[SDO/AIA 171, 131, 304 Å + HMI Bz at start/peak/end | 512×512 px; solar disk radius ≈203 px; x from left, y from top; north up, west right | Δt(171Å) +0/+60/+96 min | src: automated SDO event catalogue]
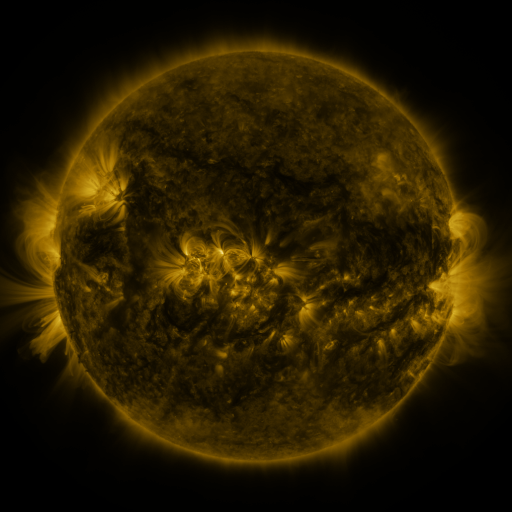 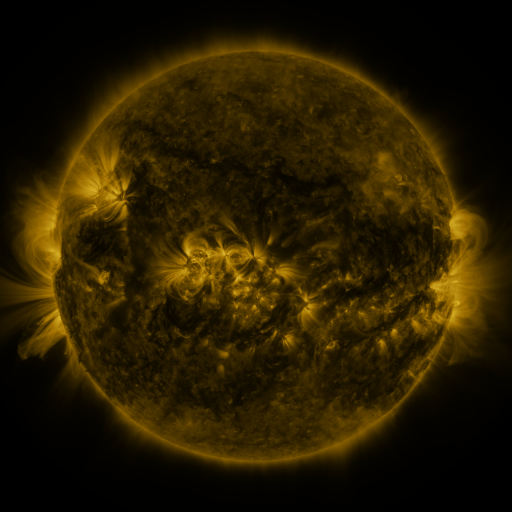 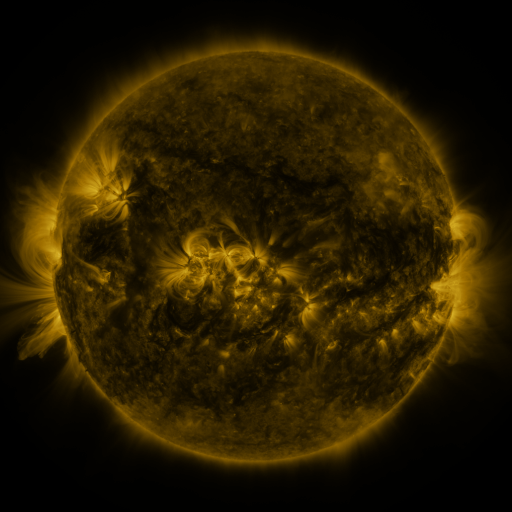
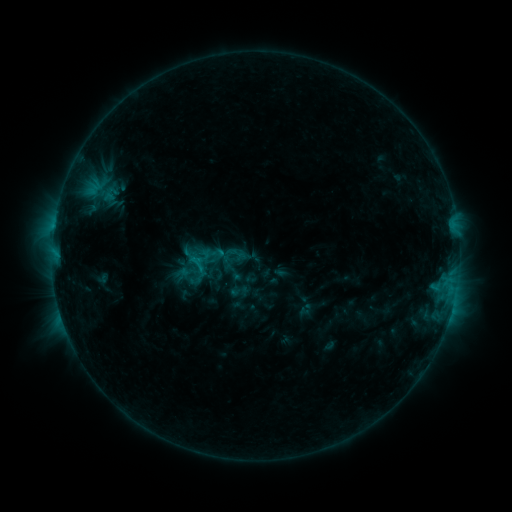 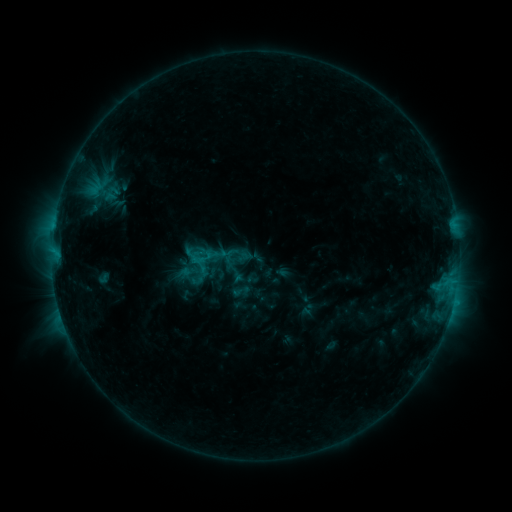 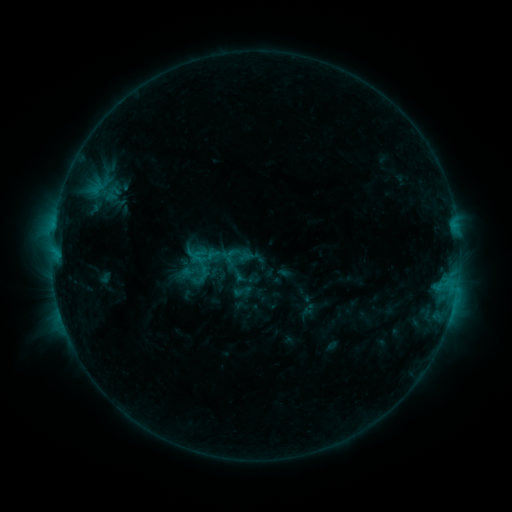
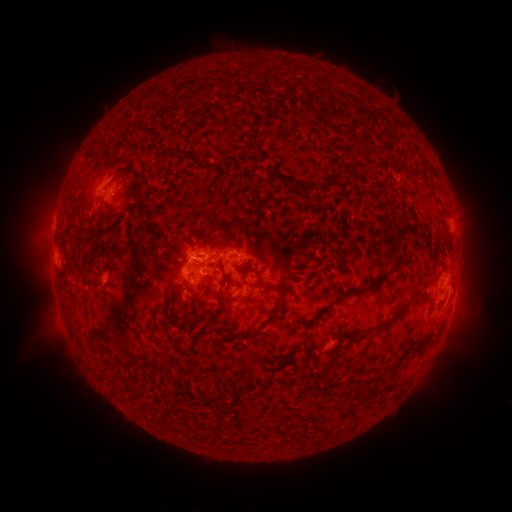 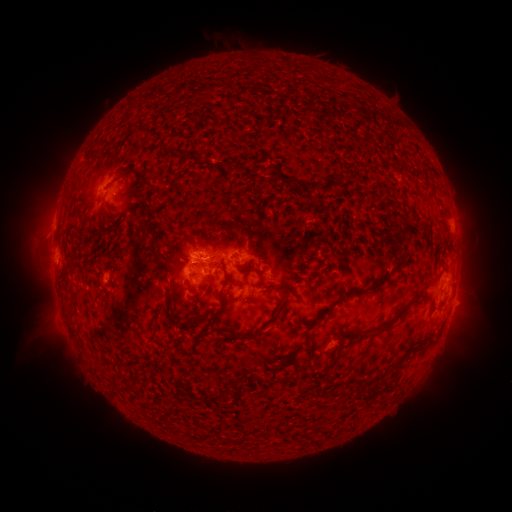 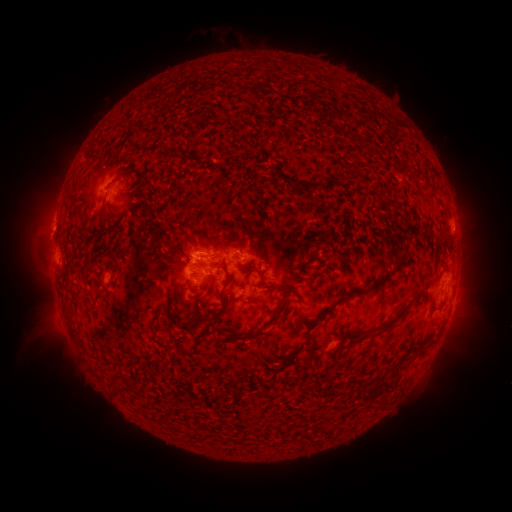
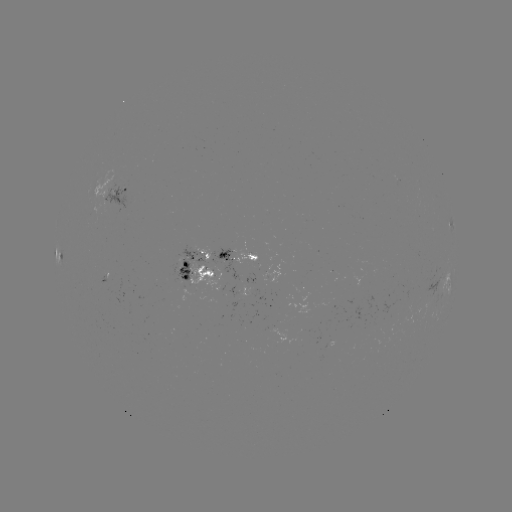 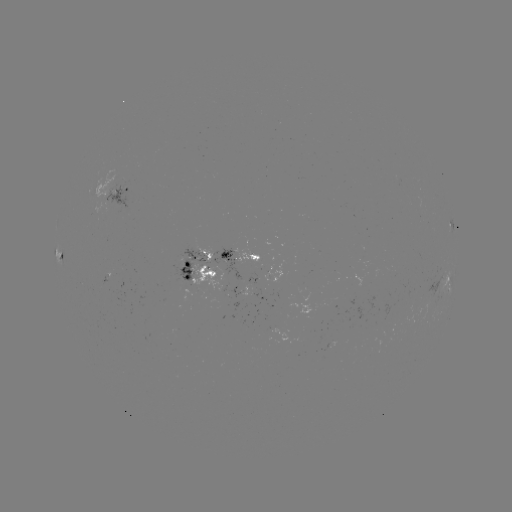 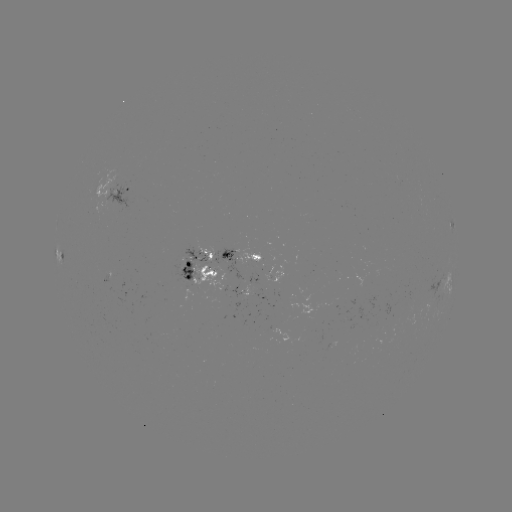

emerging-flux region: (166, 247, 208, 298)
